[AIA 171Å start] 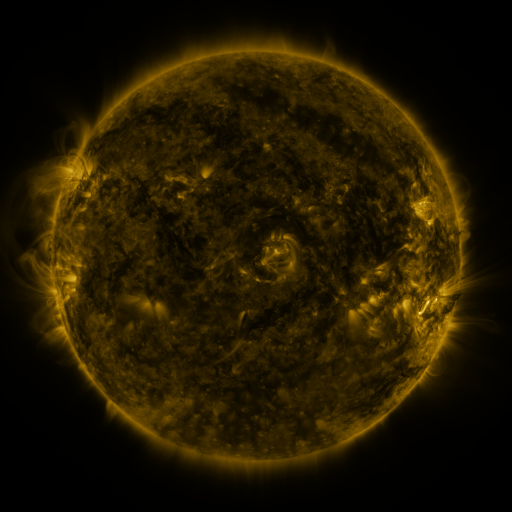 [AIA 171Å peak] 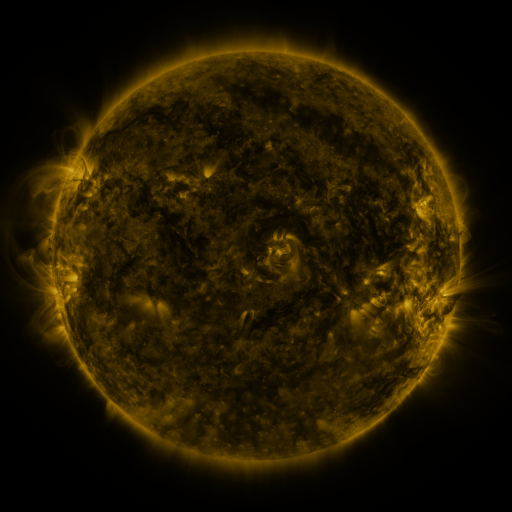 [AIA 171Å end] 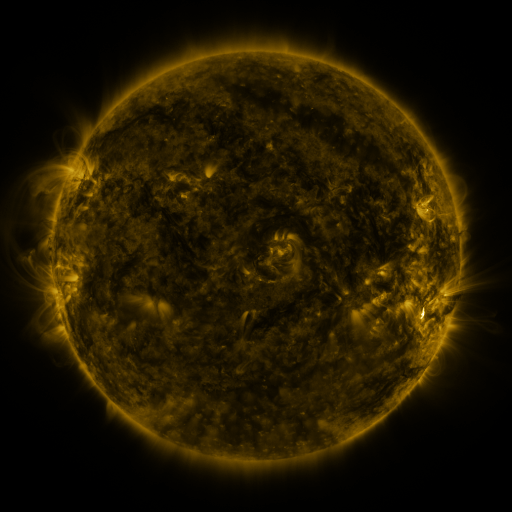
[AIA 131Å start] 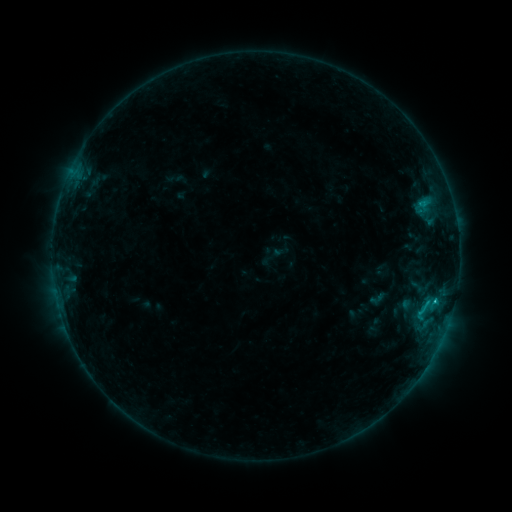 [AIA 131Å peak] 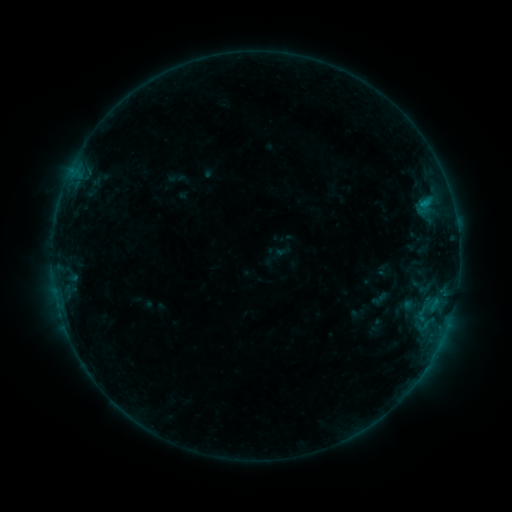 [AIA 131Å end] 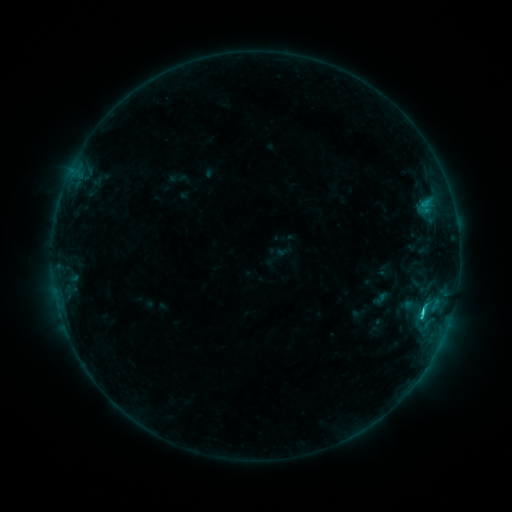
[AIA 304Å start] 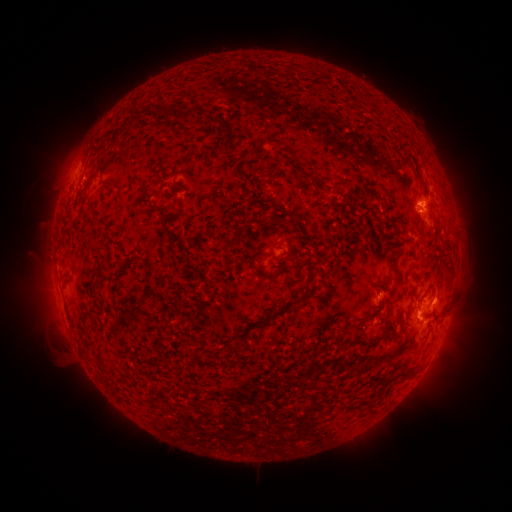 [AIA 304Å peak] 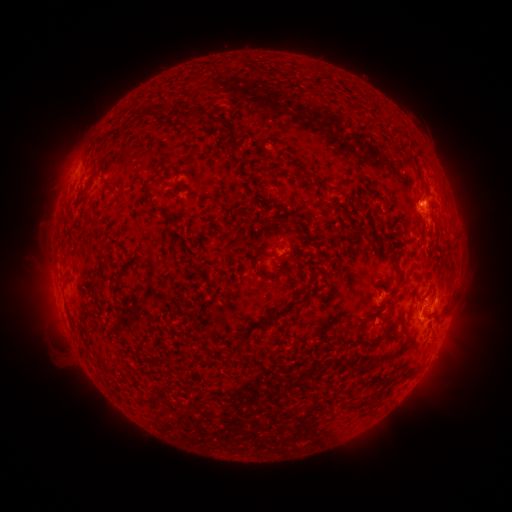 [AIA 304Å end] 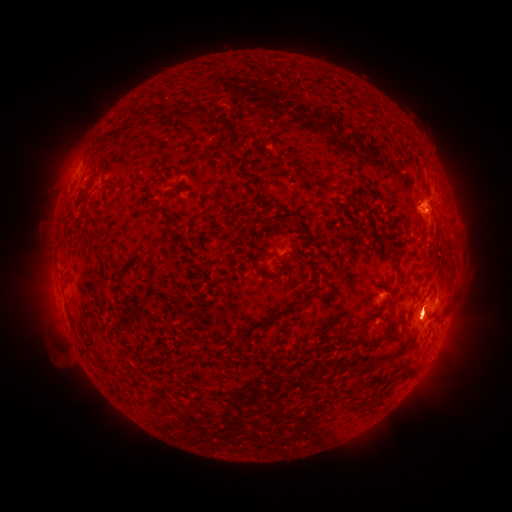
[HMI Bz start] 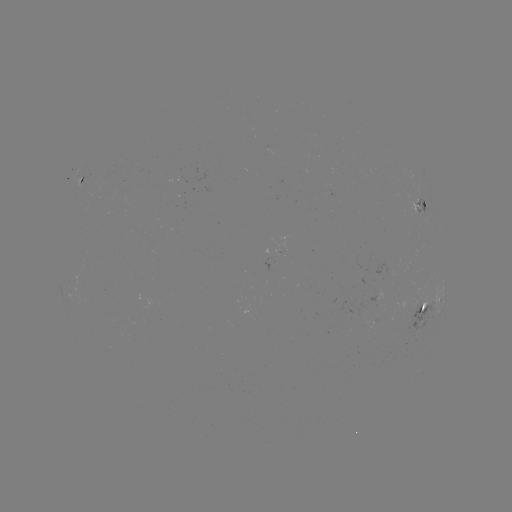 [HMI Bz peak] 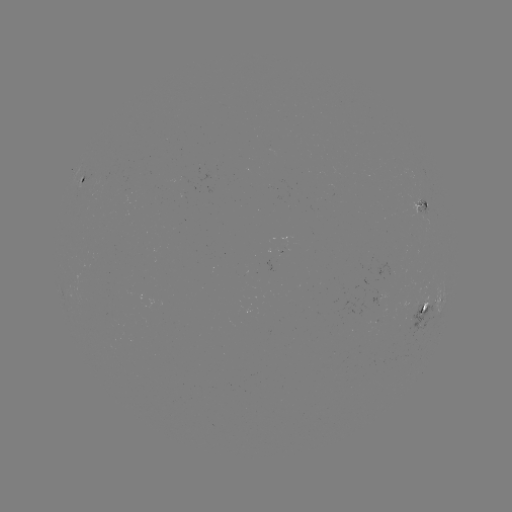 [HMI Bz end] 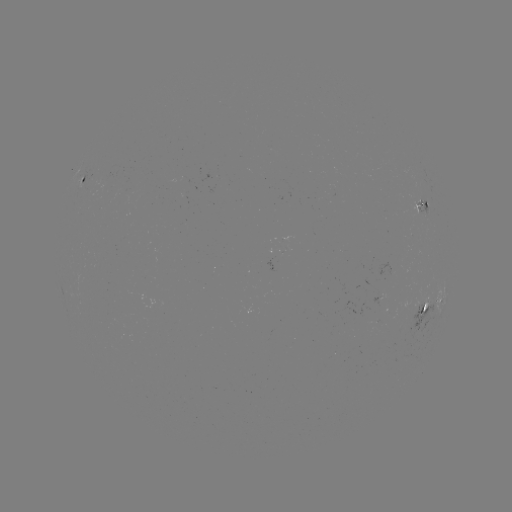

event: emerging-flux region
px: (420, 204)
